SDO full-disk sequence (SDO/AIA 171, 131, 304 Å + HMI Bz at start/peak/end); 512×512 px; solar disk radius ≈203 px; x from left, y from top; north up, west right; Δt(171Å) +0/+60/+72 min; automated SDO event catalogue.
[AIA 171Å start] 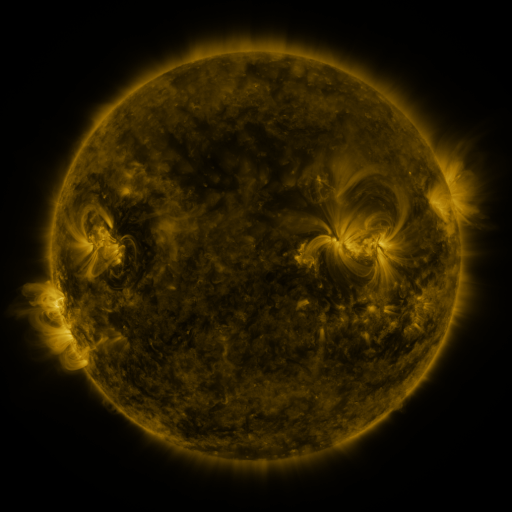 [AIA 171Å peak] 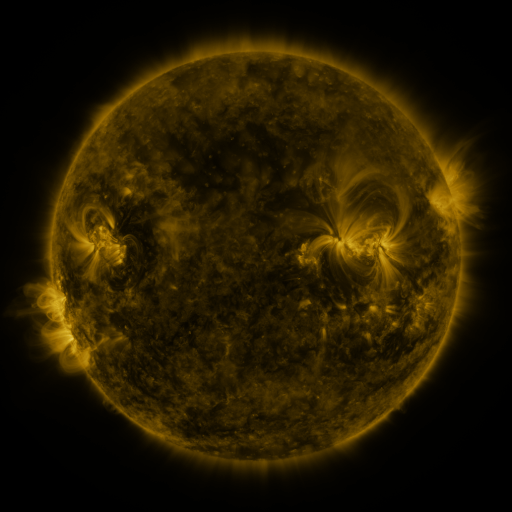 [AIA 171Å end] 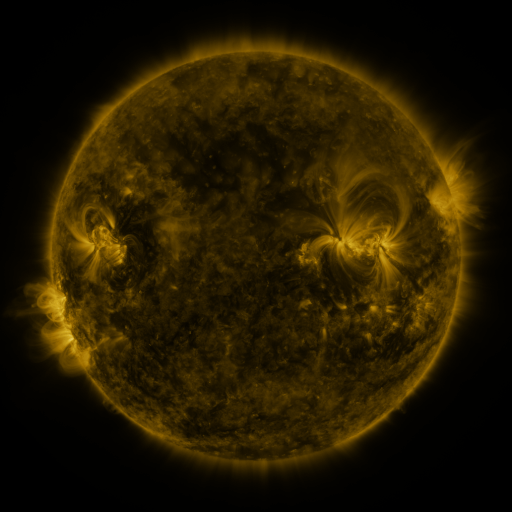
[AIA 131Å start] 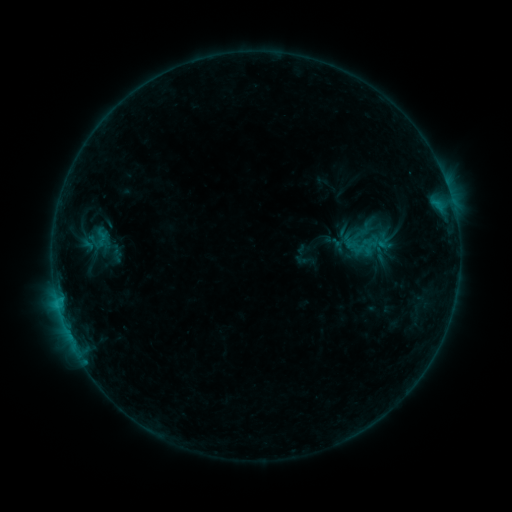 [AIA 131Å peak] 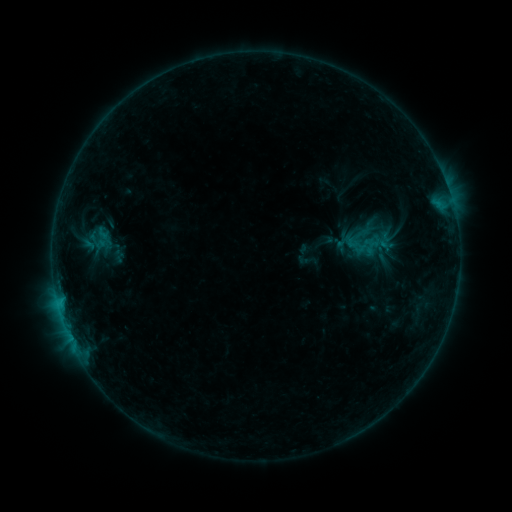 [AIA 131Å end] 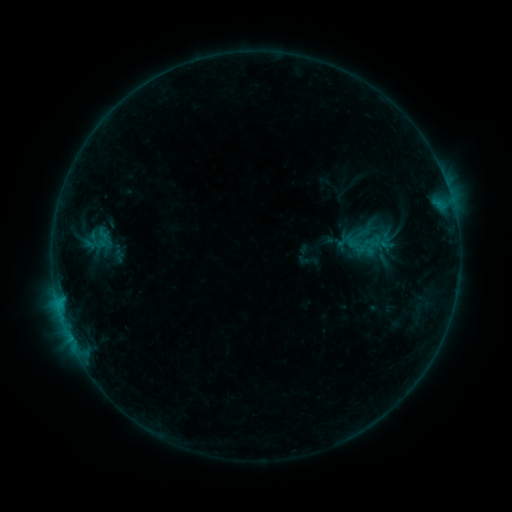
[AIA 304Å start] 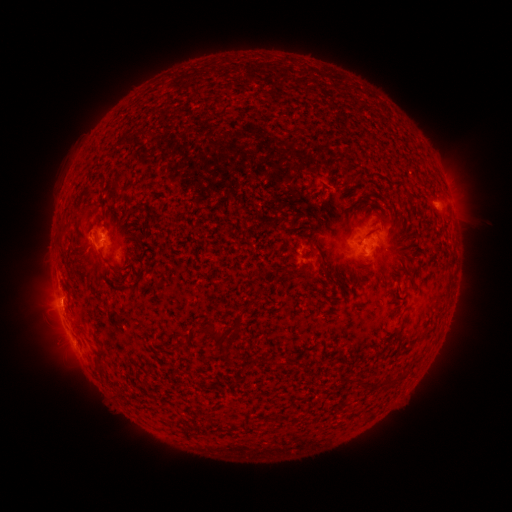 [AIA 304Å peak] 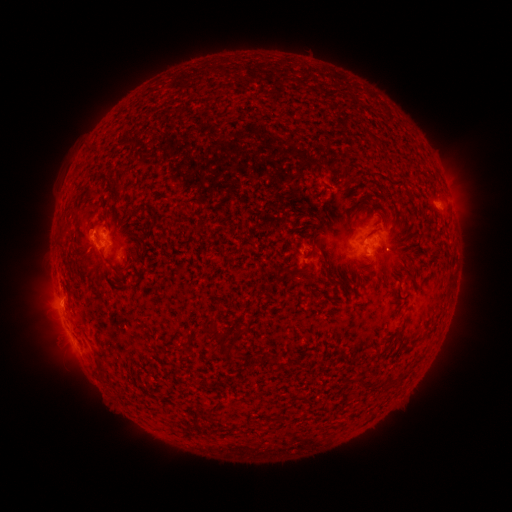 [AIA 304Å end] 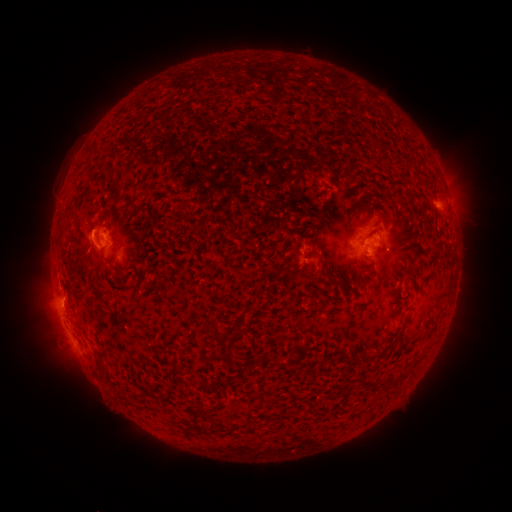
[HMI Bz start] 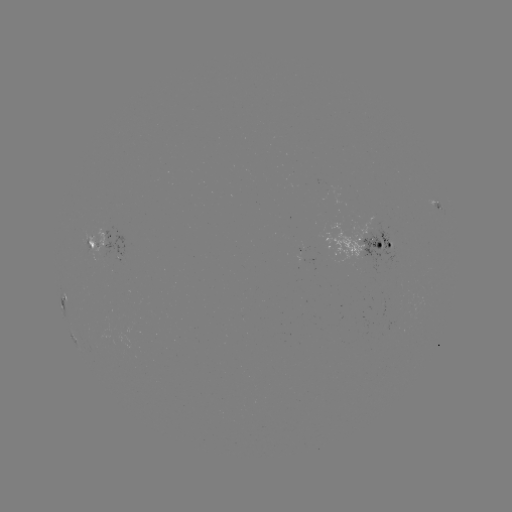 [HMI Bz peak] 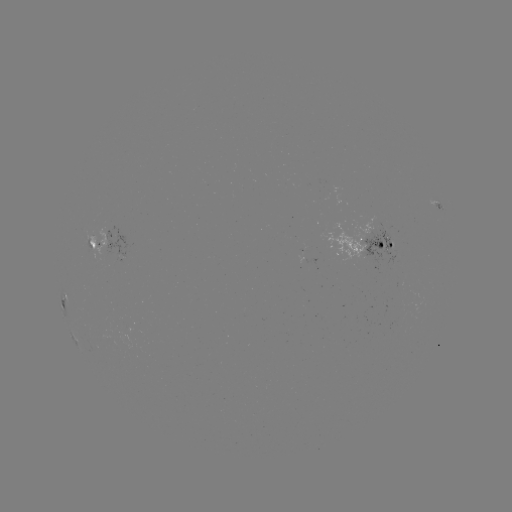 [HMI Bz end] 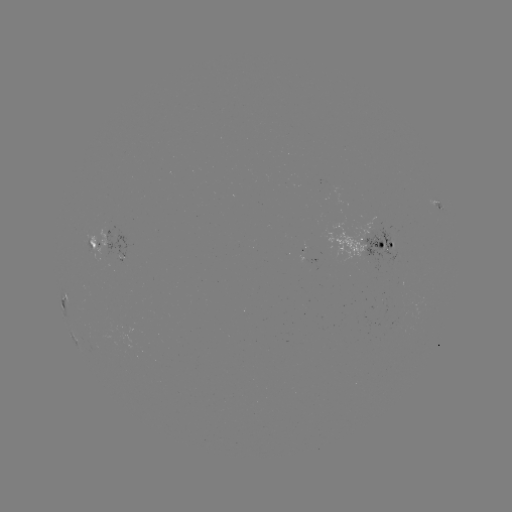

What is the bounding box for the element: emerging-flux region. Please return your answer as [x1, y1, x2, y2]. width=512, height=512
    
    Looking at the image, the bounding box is [85, 228, 106, 261].